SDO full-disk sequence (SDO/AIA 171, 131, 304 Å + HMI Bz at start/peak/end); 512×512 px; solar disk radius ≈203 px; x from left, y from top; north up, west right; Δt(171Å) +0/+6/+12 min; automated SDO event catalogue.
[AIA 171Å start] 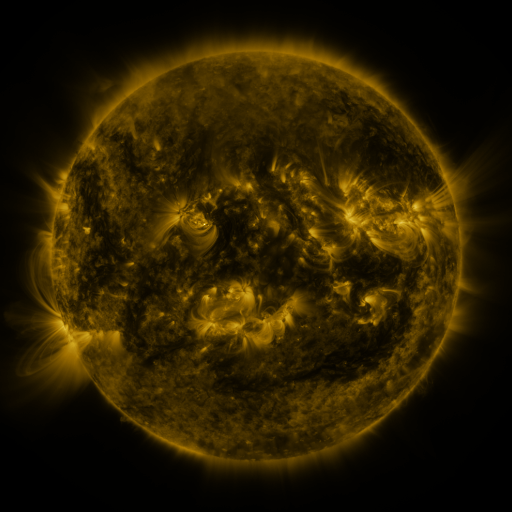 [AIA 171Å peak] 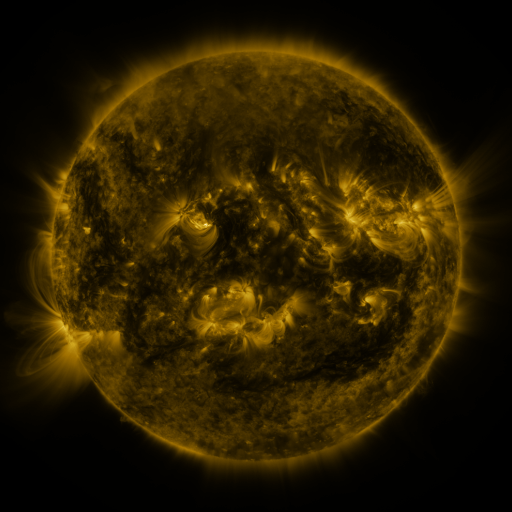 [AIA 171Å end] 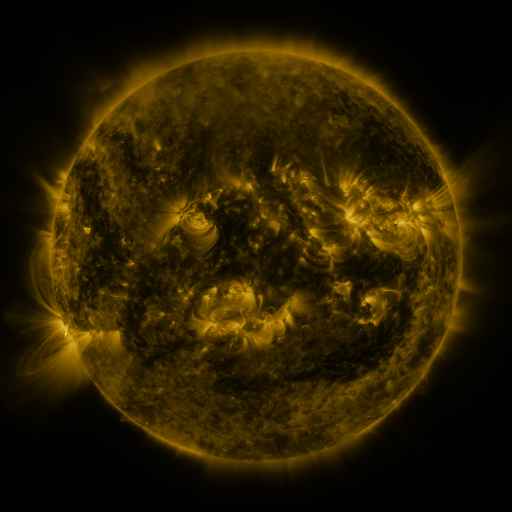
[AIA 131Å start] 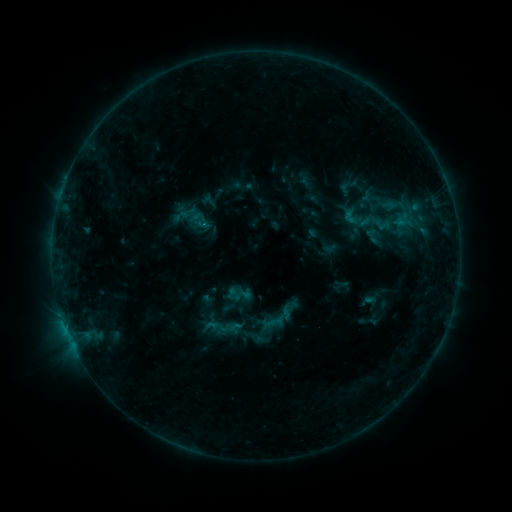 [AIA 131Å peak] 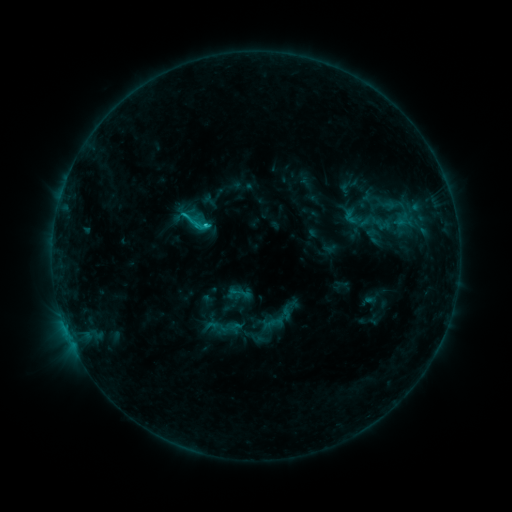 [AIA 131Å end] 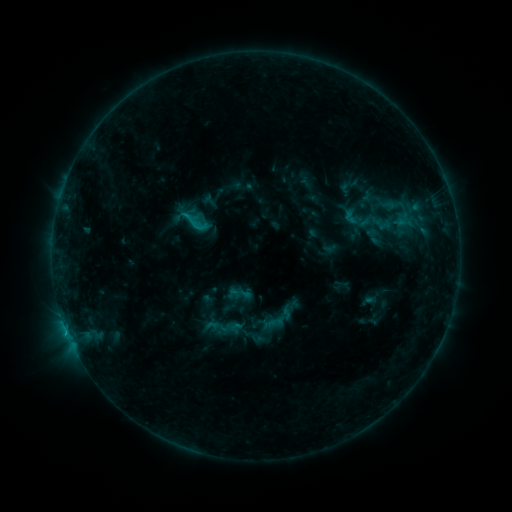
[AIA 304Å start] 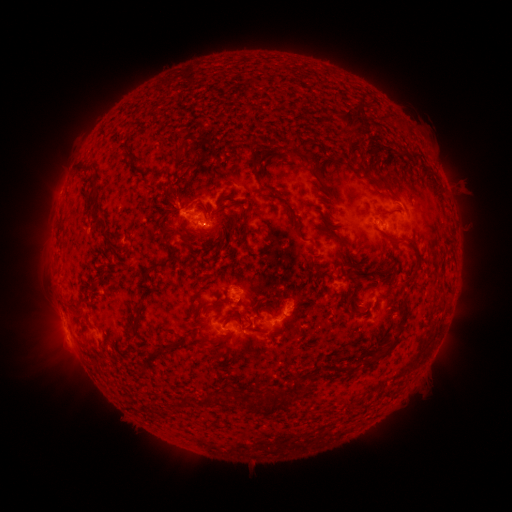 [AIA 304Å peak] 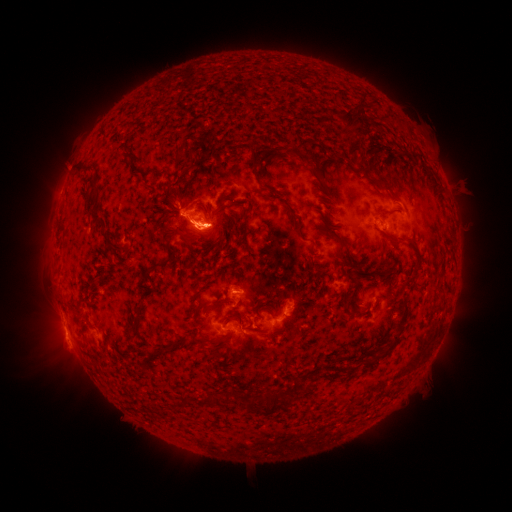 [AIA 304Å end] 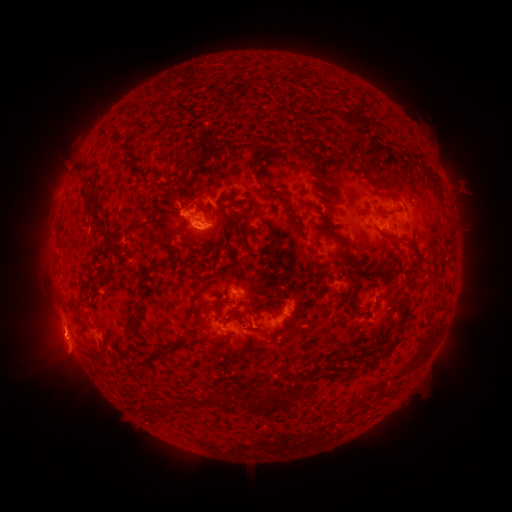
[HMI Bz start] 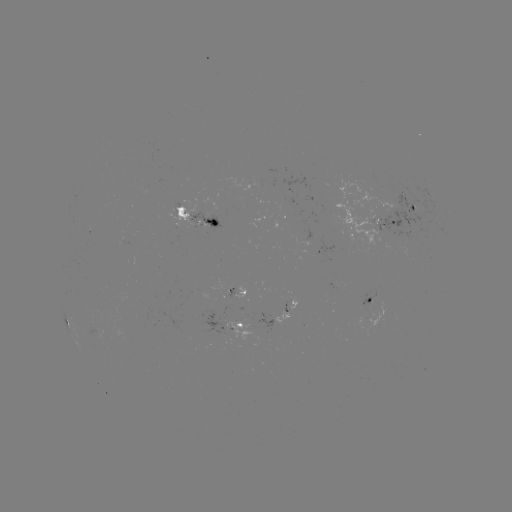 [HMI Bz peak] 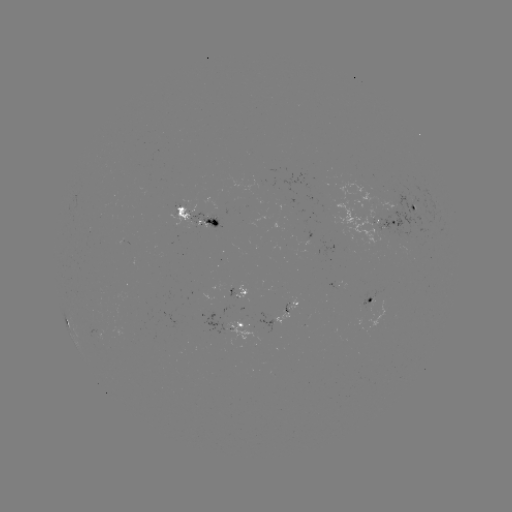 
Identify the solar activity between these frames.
C1.5 flare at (207, 229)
